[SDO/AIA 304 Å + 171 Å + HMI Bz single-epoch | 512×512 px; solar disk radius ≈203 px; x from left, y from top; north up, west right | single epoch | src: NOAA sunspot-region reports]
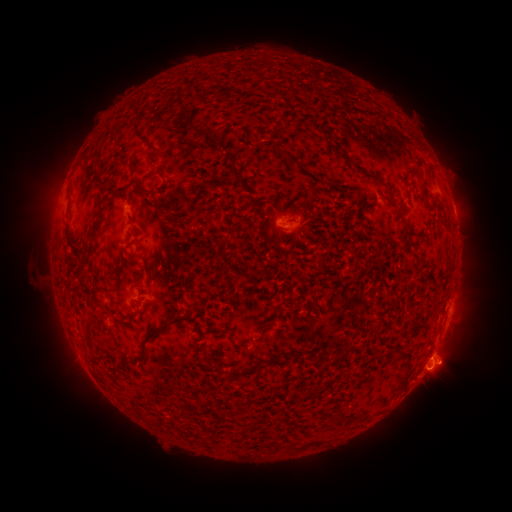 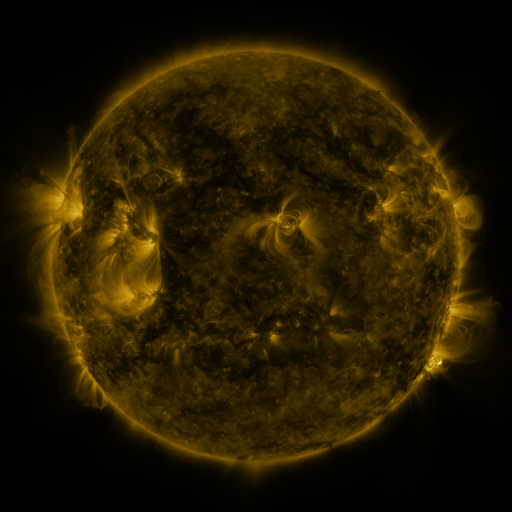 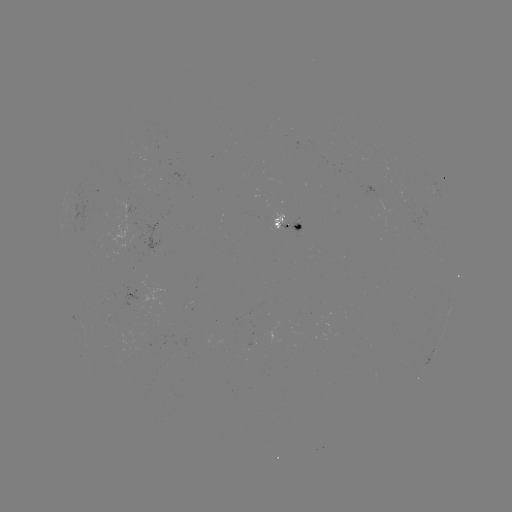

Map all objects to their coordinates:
spotted active region: (437, 189)
spotted active region: (453, 206)
spotted active region: (291, 228)
spotted active region: (435, 351)
